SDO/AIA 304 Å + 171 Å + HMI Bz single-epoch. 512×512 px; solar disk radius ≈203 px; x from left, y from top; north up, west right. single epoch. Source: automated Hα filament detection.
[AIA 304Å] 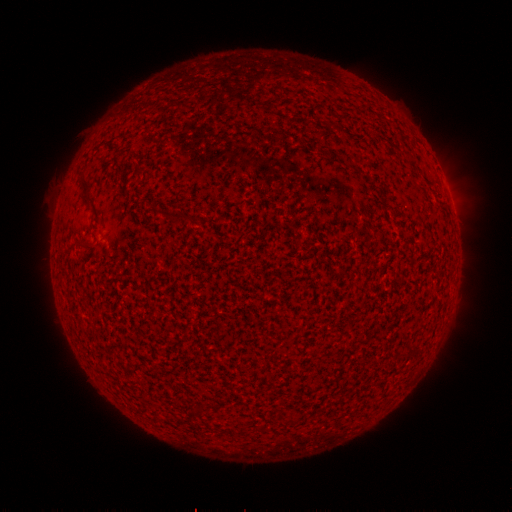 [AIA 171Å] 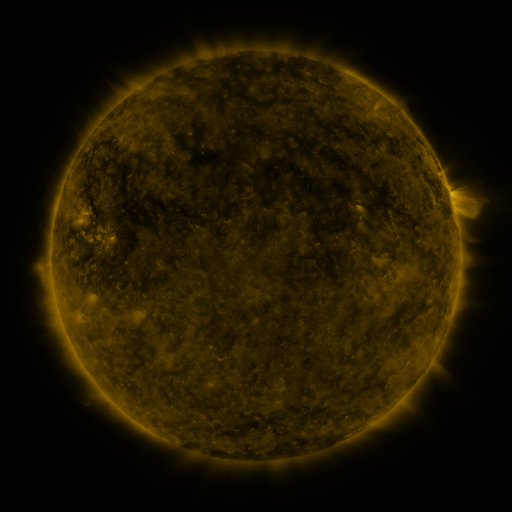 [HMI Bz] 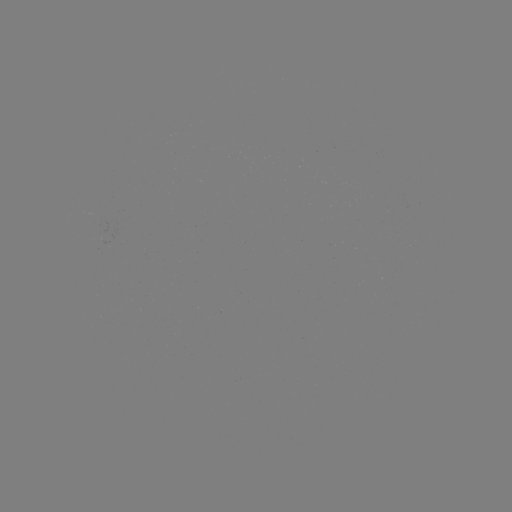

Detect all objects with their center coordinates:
filament: (87, 187)
filament: (175, 215)
